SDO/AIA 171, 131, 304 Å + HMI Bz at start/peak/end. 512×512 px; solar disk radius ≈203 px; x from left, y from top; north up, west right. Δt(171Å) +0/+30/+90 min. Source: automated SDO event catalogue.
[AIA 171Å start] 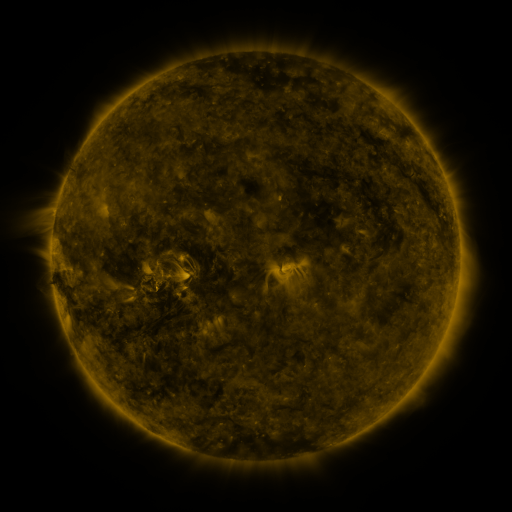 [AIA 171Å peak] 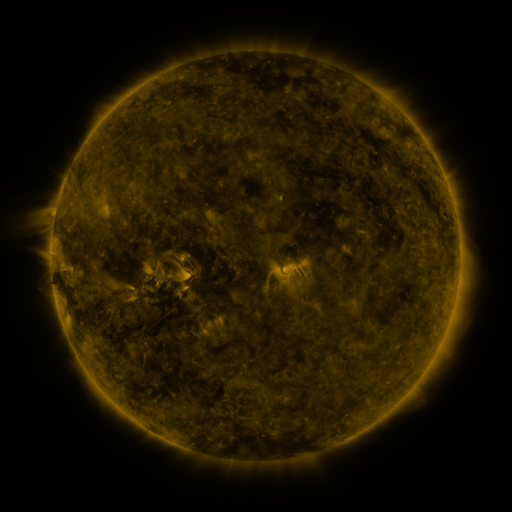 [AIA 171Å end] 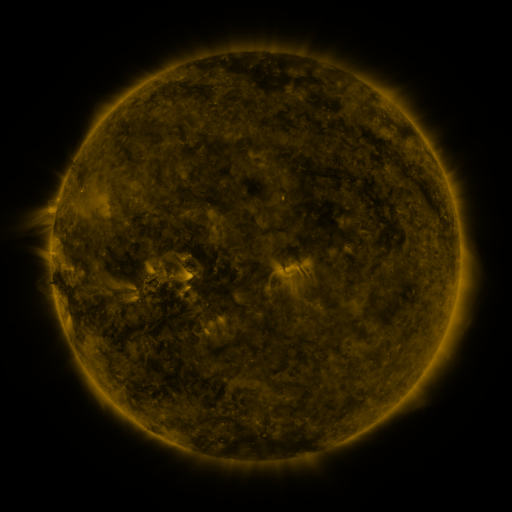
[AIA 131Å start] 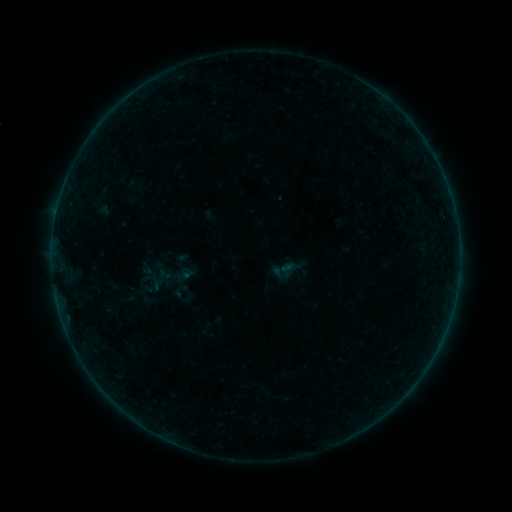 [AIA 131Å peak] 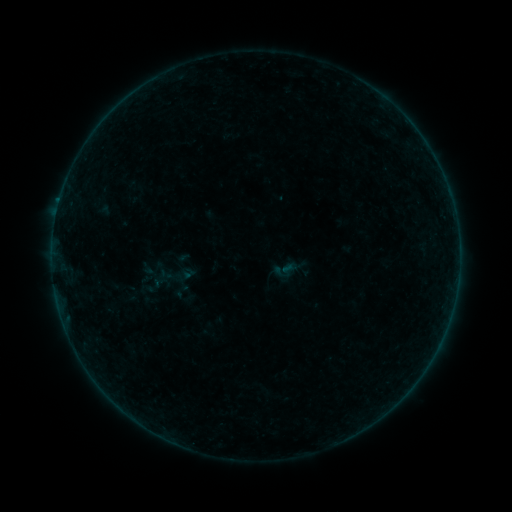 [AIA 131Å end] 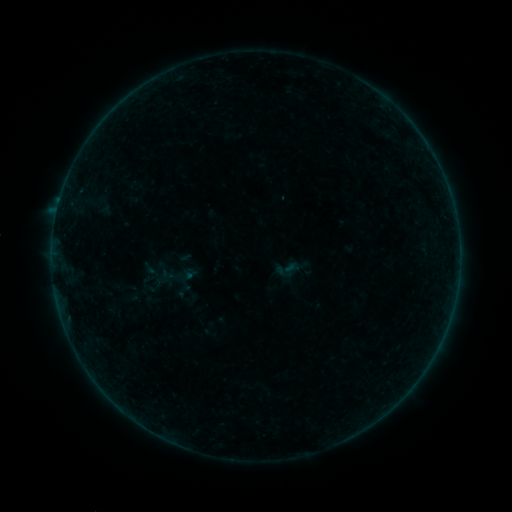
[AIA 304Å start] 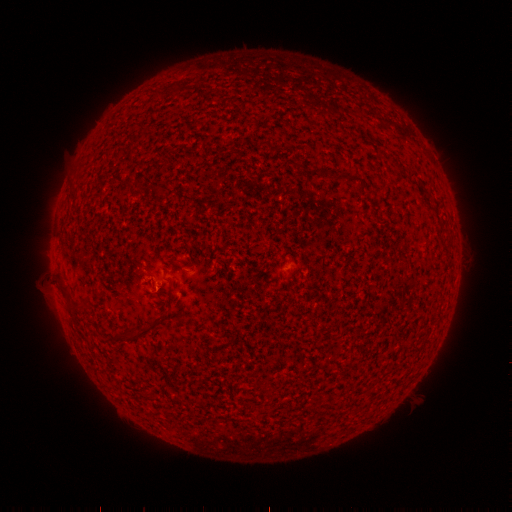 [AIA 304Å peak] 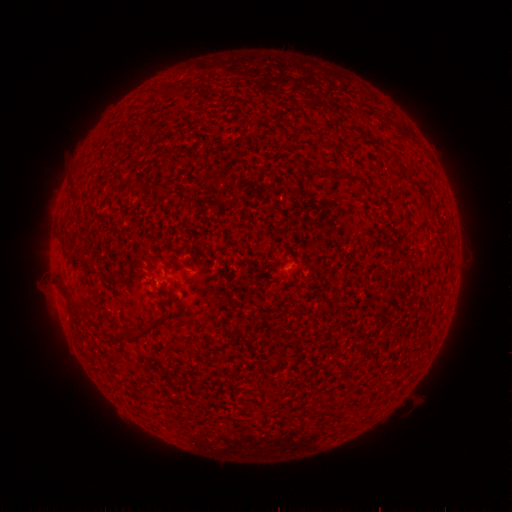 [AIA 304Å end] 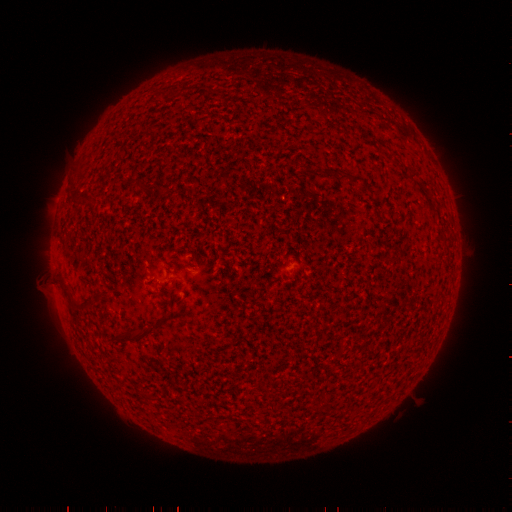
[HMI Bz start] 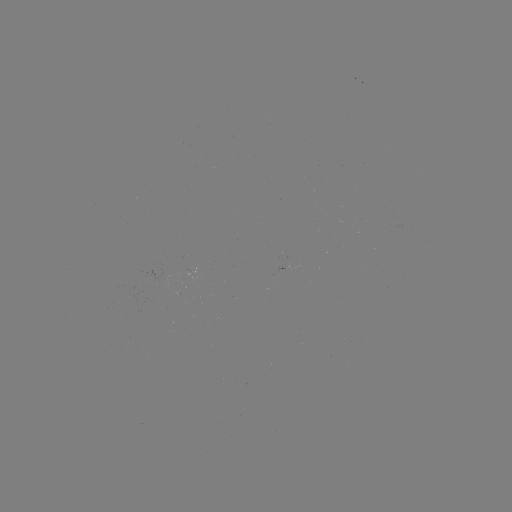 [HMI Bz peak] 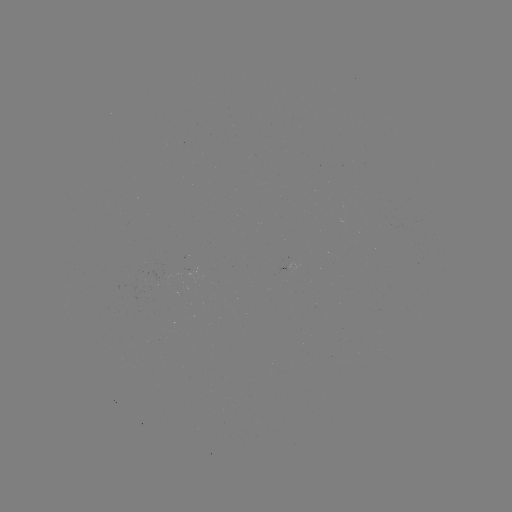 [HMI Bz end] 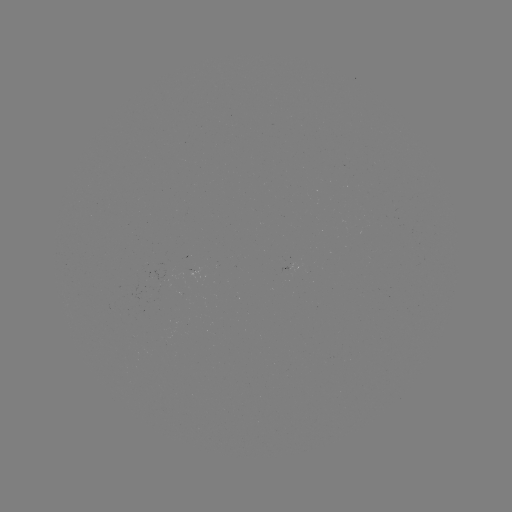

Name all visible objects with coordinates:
B1.2 flare: (59, 203)
